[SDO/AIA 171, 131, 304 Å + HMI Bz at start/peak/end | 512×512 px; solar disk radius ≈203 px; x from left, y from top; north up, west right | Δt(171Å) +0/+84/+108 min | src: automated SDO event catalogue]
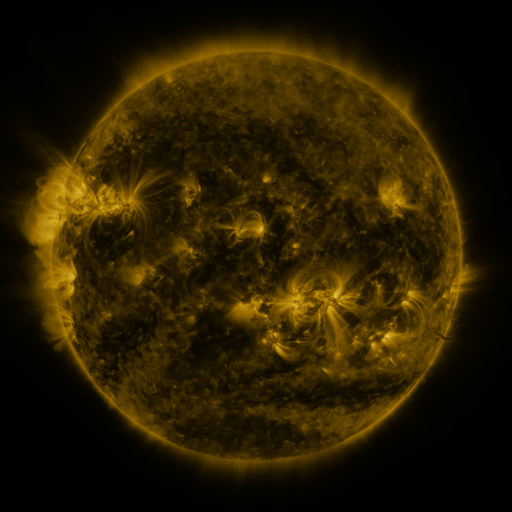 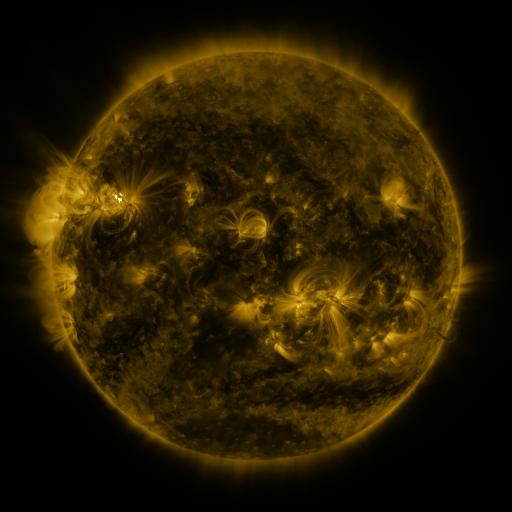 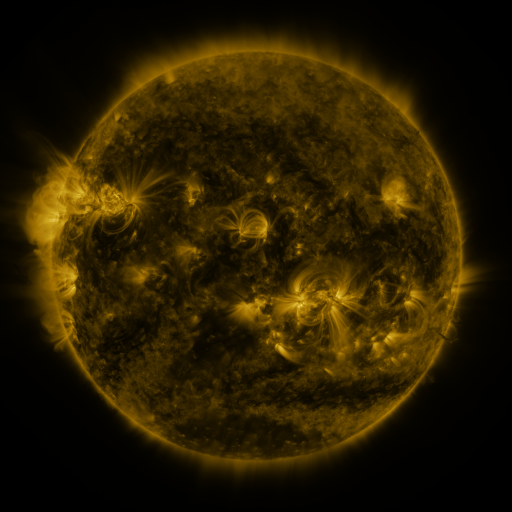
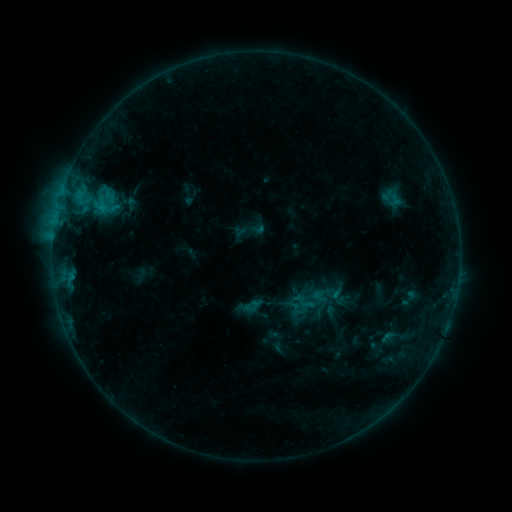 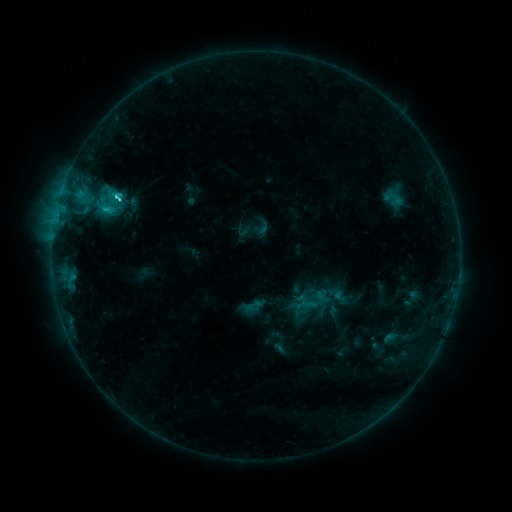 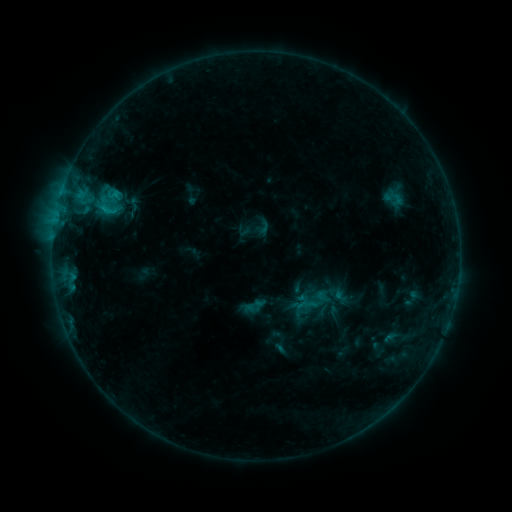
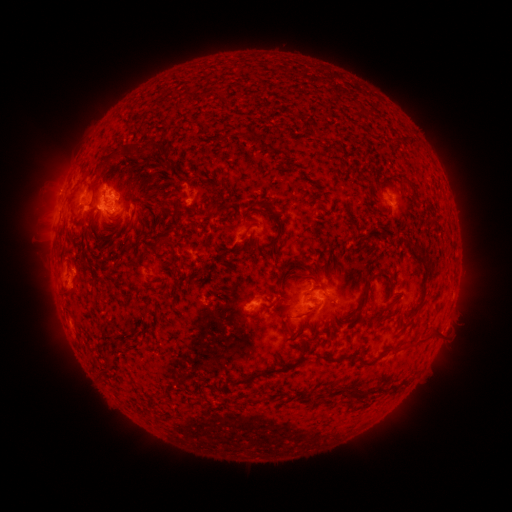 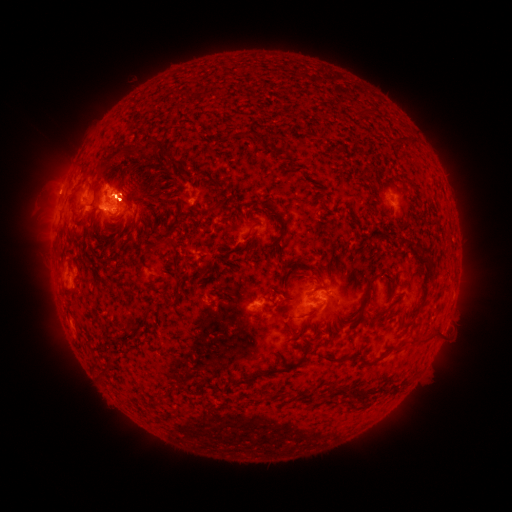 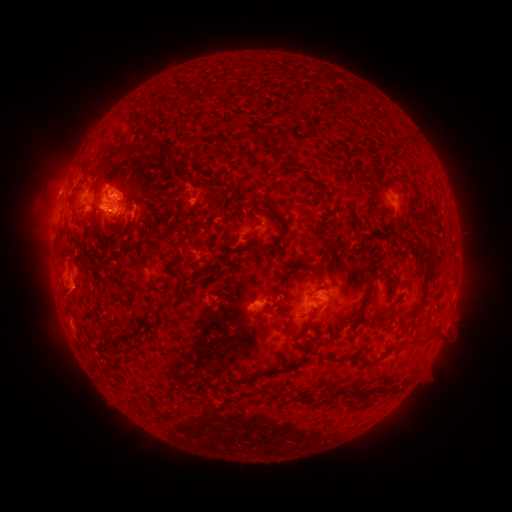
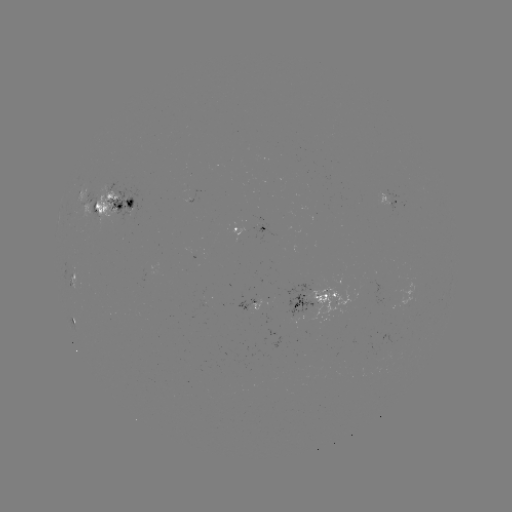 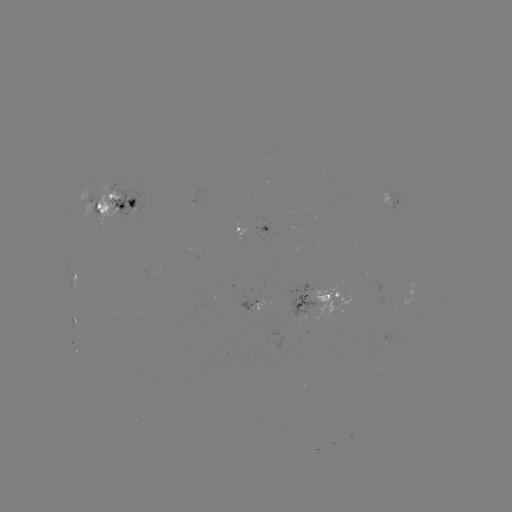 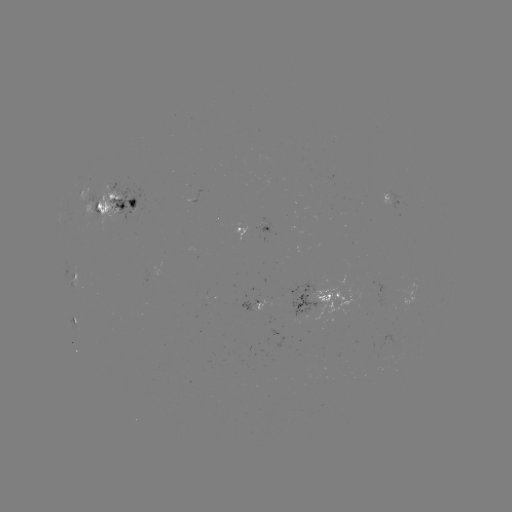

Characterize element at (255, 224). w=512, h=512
emerging-flux region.